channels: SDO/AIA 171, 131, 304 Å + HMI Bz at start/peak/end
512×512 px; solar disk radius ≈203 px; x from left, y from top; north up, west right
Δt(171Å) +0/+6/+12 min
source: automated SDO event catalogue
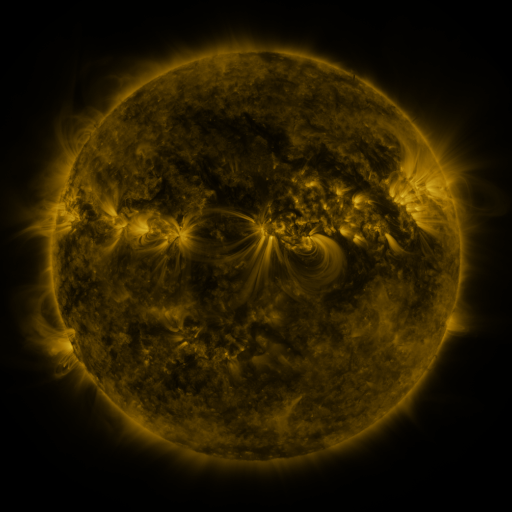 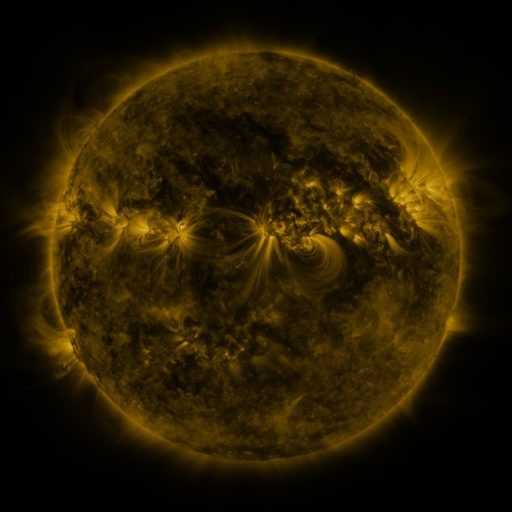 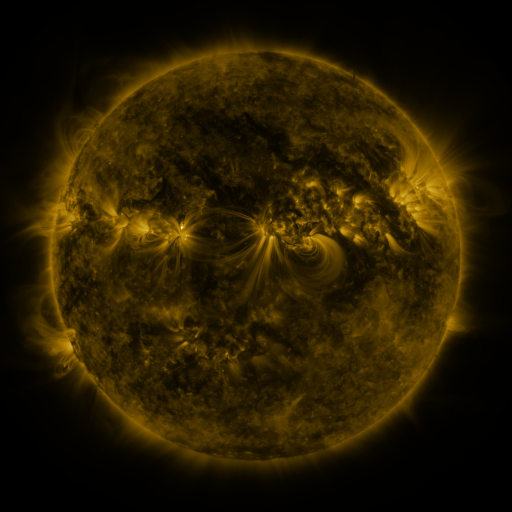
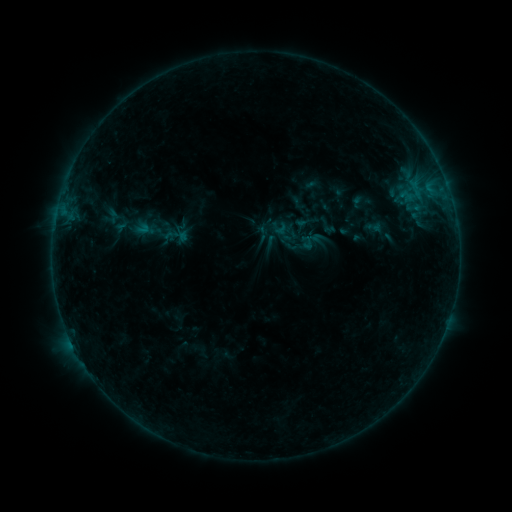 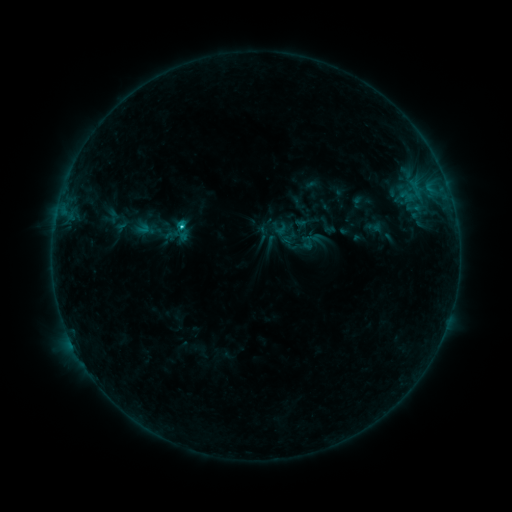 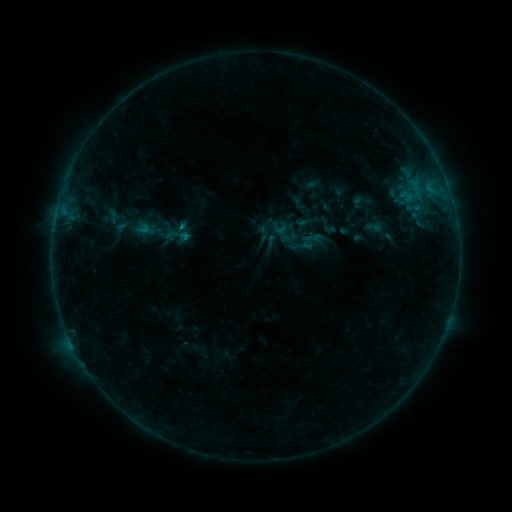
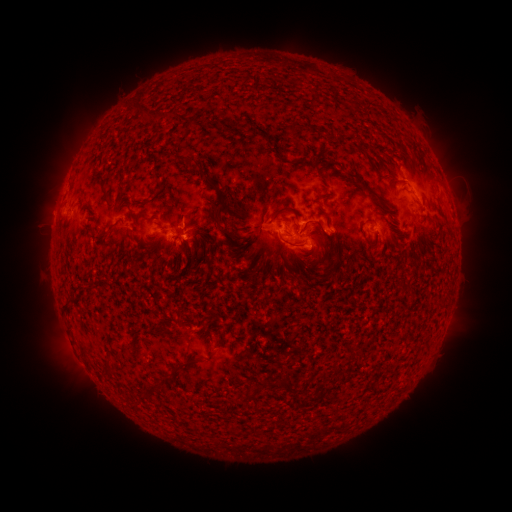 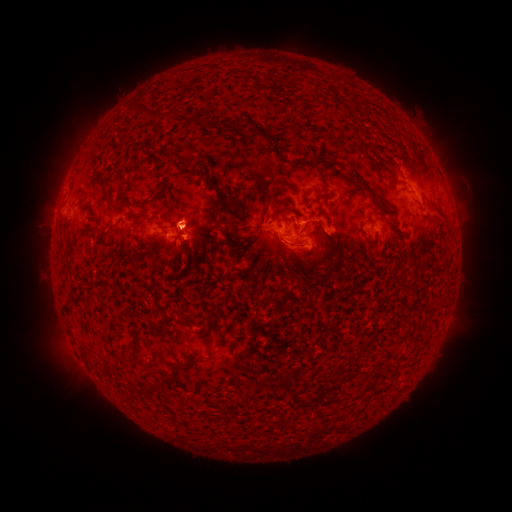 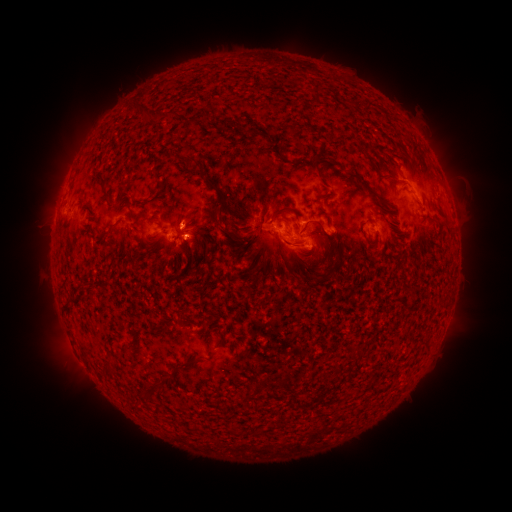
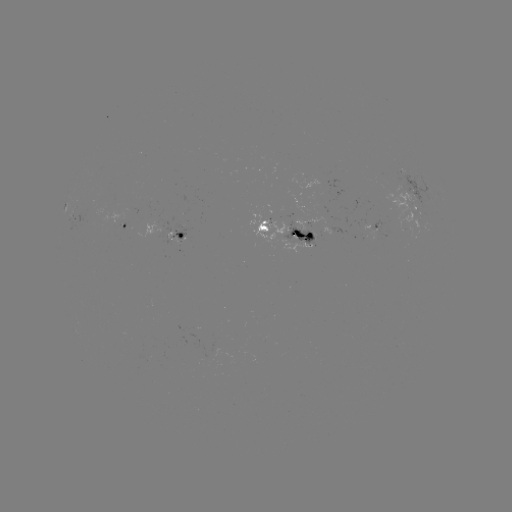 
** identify C1.3 flare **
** [185, 228] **